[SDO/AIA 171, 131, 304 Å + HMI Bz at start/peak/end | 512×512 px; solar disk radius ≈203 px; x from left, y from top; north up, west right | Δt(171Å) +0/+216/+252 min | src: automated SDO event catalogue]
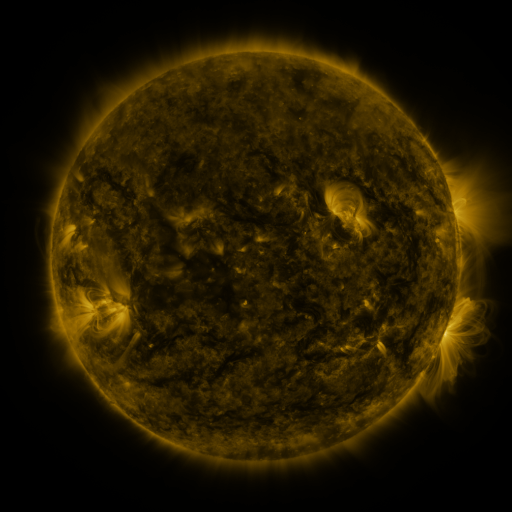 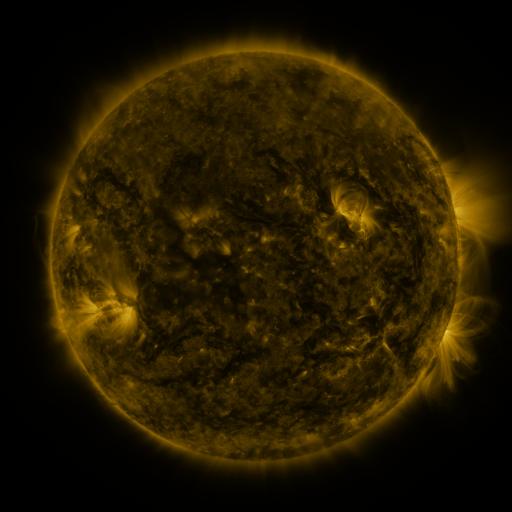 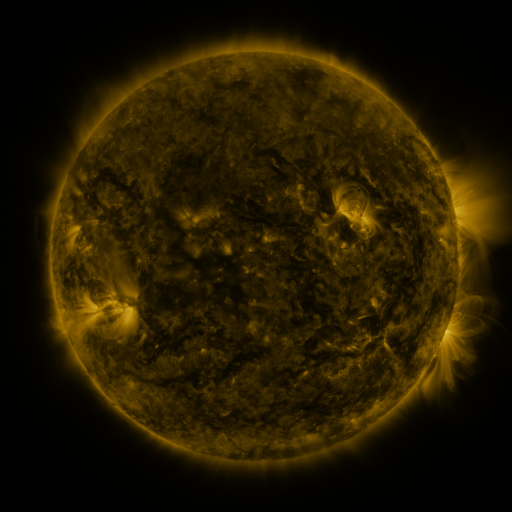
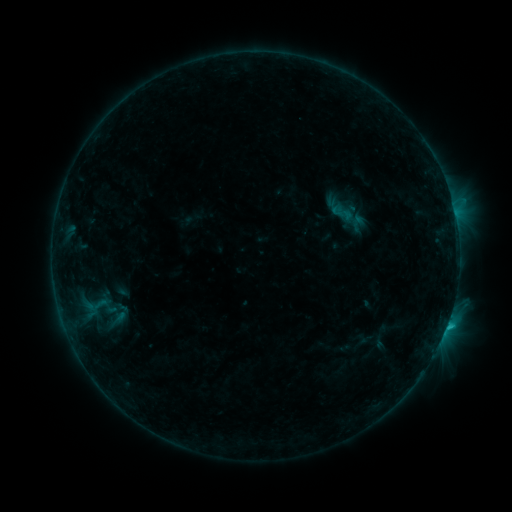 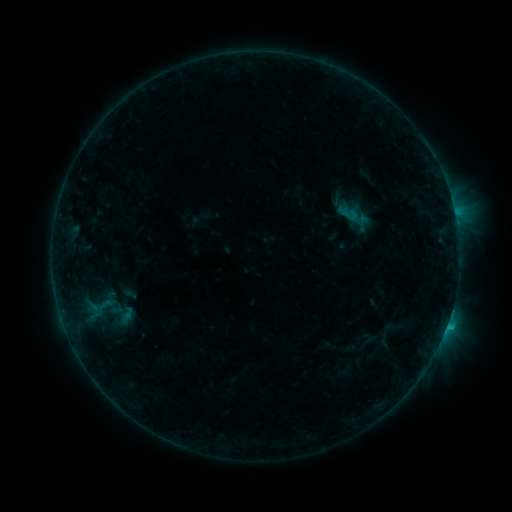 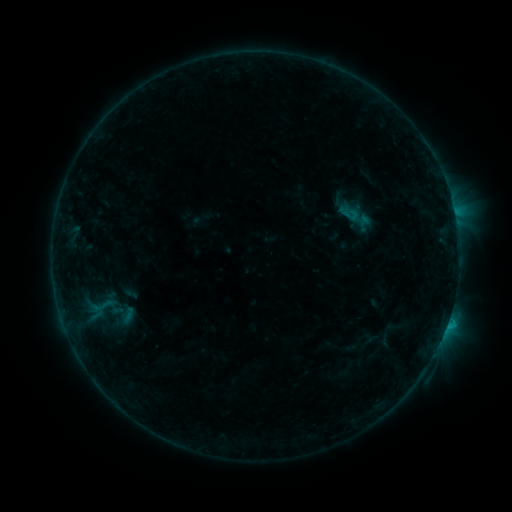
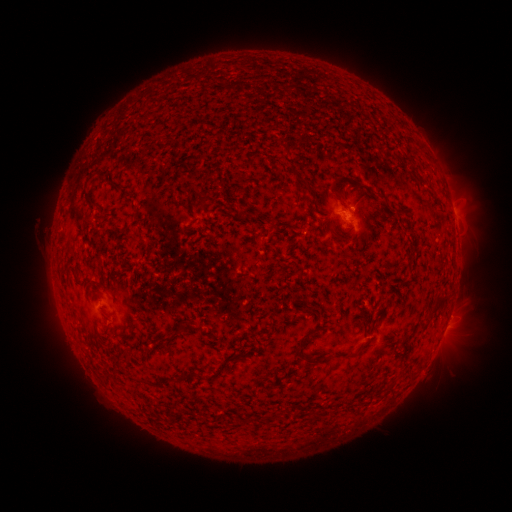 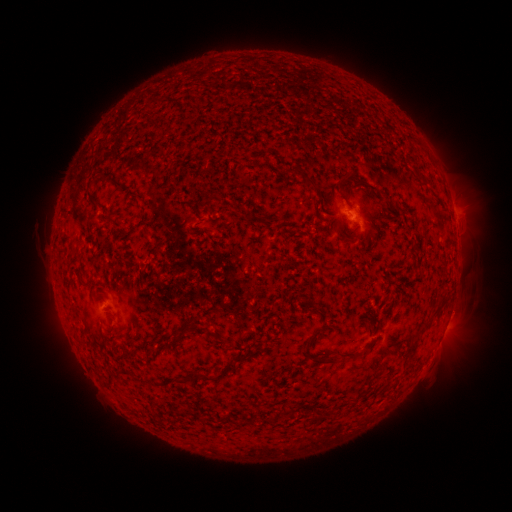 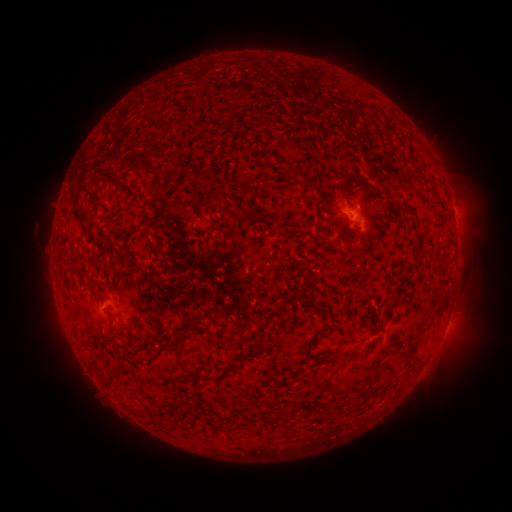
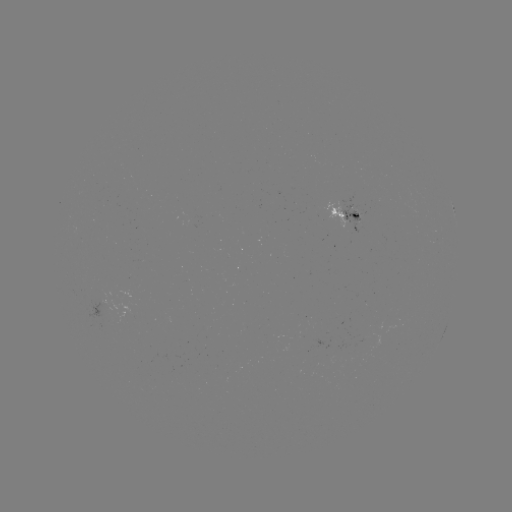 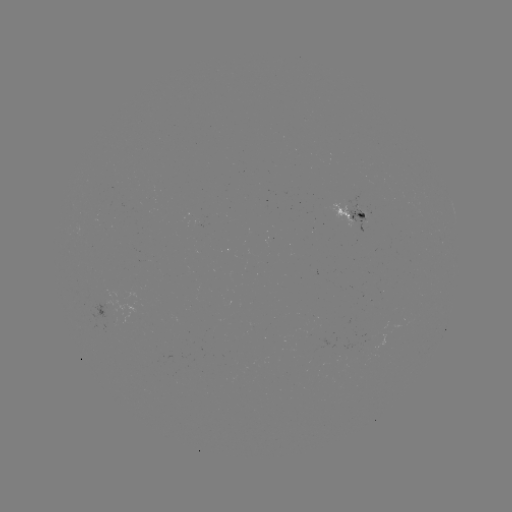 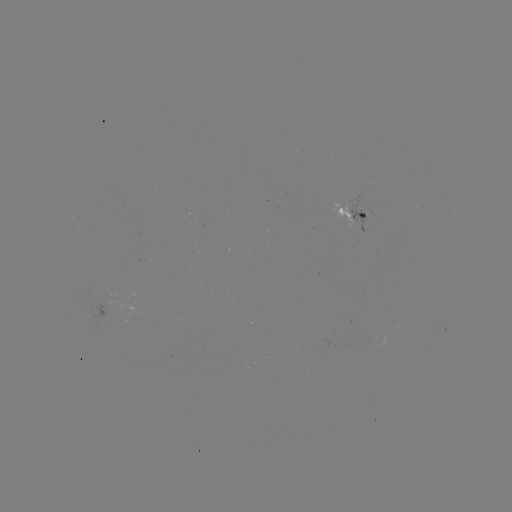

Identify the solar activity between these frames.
emerging-flux region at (293, 257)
